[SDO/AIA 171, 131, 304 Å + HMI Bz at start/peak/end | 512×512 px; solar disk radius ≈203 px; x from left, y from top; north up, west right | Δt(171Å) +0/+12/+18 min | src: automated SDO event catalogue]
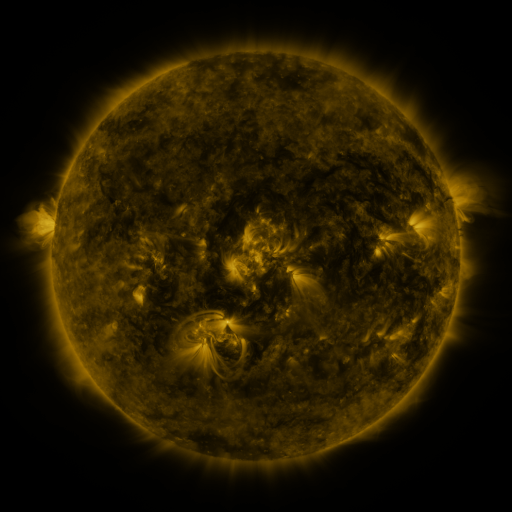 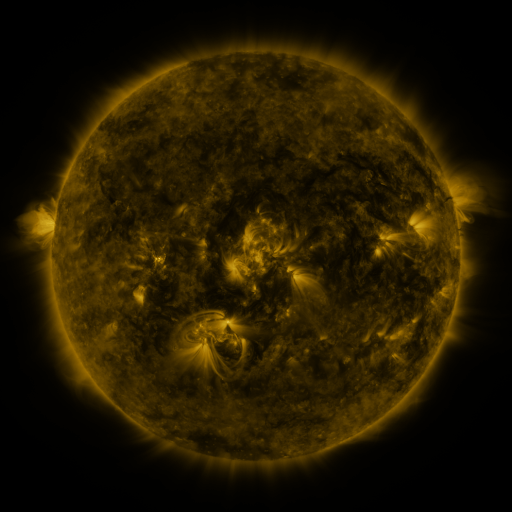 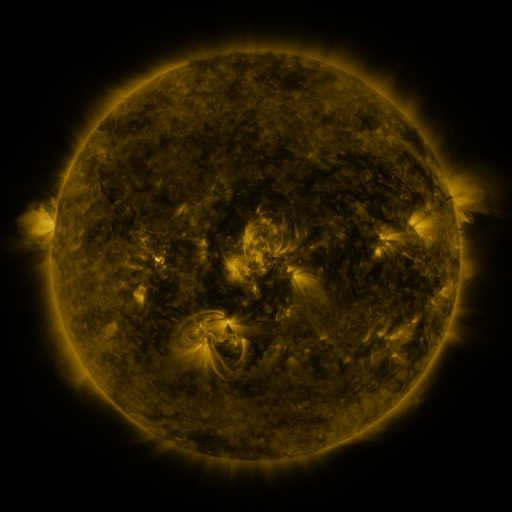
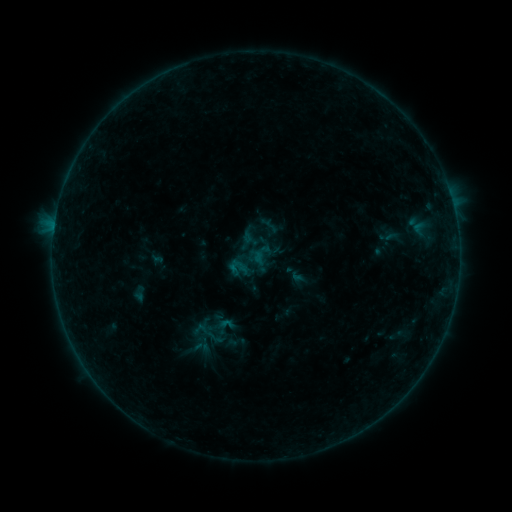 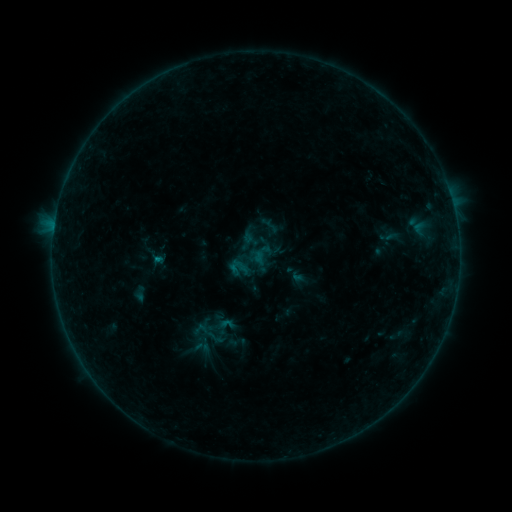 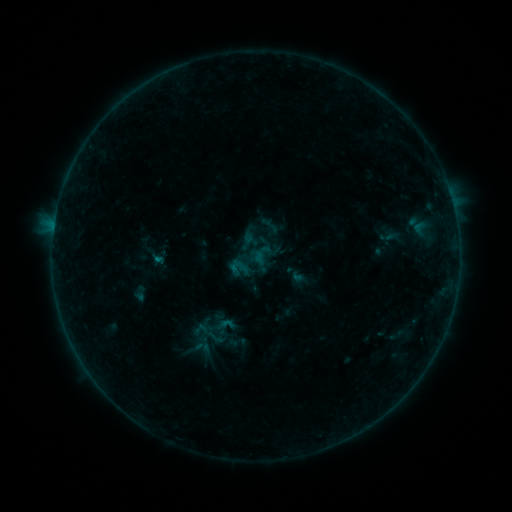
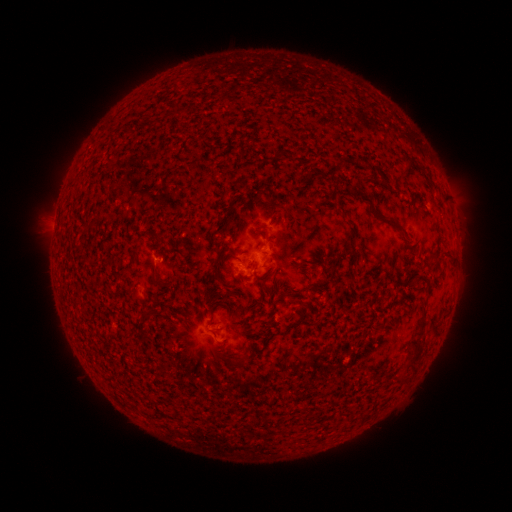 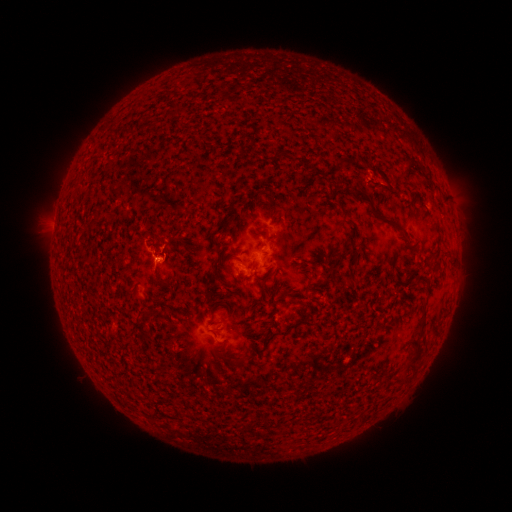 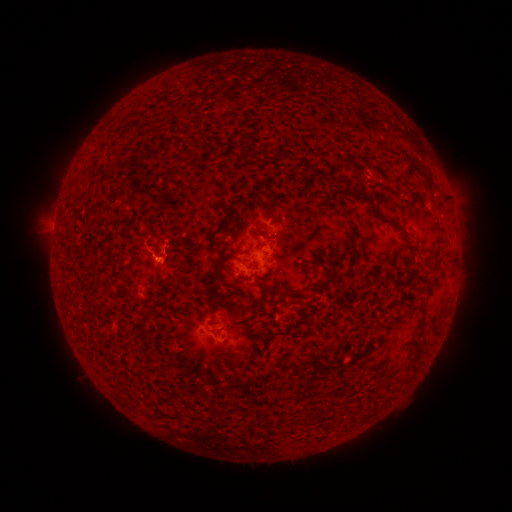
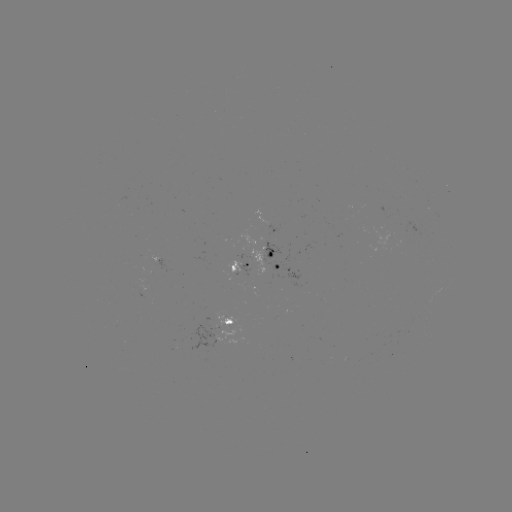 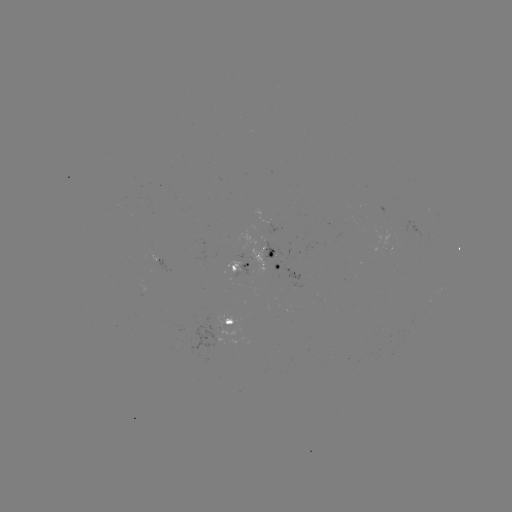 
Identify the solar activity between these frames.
B2.5 flare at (160, 266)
